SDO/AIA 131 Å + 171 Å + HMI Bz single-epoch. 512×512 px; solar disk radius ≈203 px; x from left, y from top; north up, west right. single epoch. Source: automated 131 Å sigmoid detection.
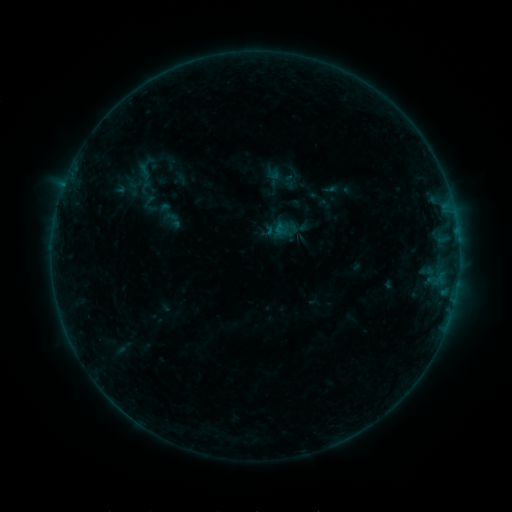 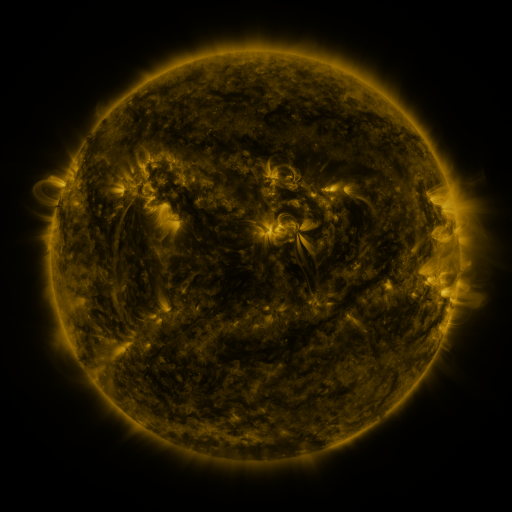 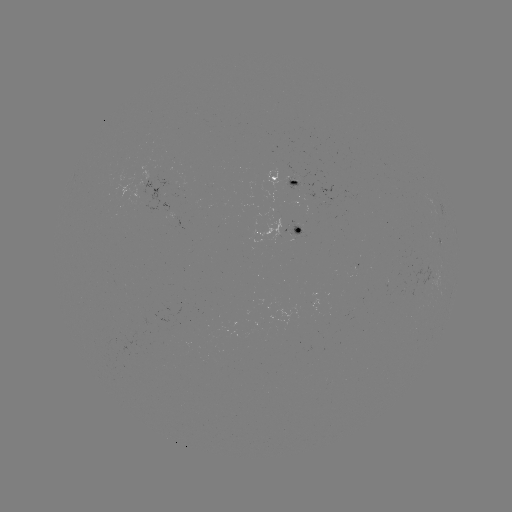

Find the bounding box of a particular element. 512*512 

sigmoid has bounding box [161, 208, 184, 231].